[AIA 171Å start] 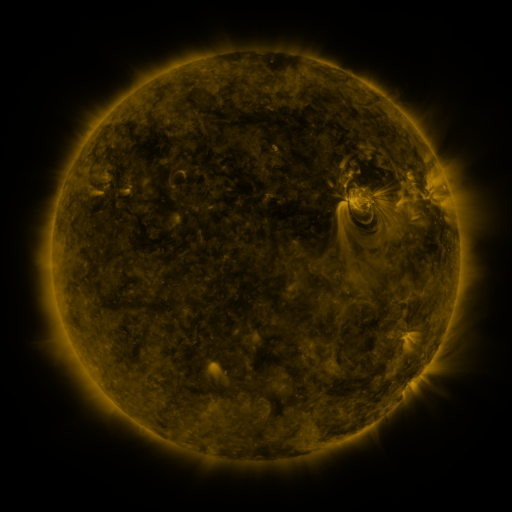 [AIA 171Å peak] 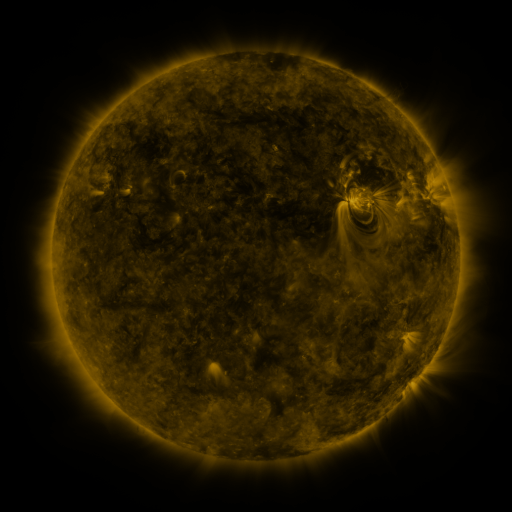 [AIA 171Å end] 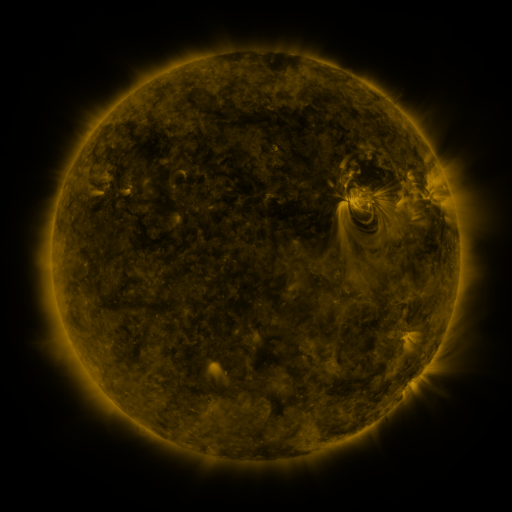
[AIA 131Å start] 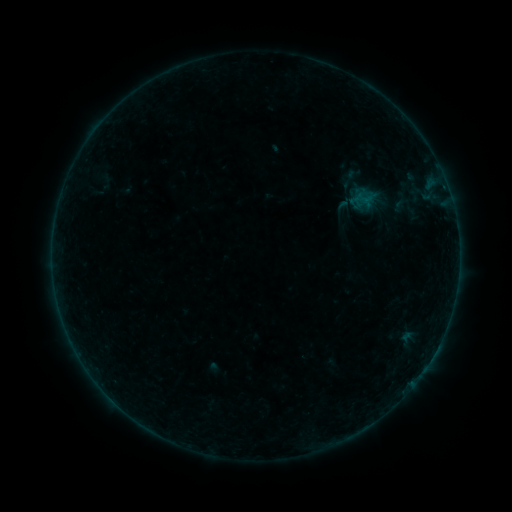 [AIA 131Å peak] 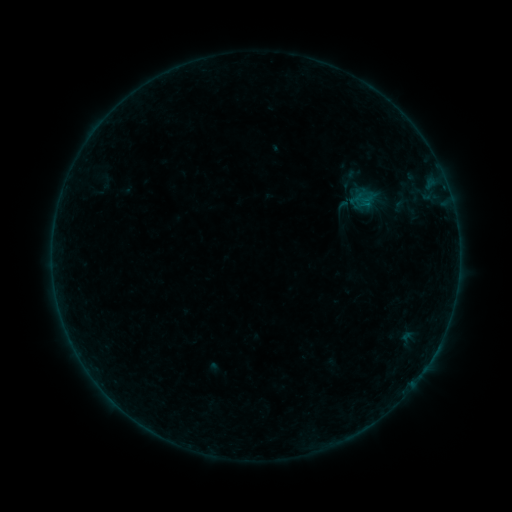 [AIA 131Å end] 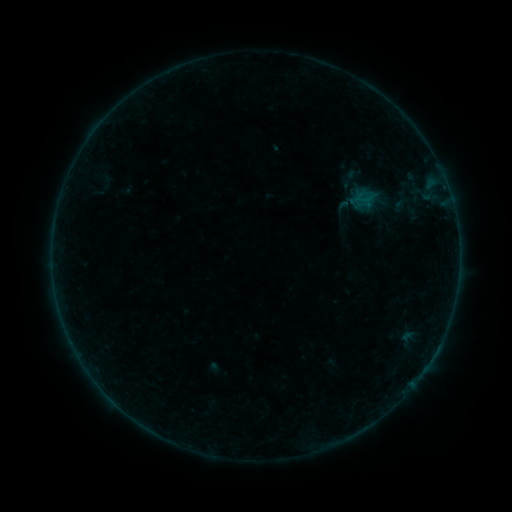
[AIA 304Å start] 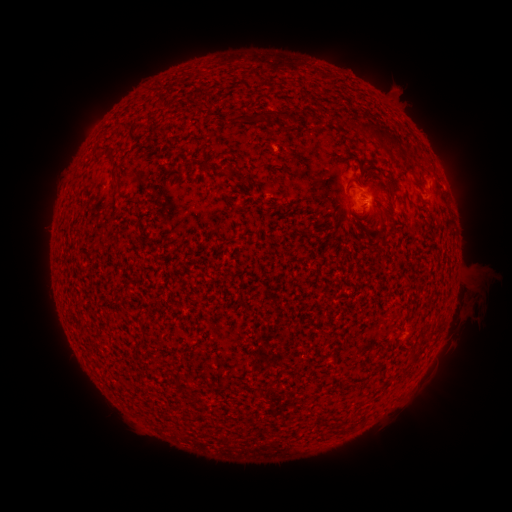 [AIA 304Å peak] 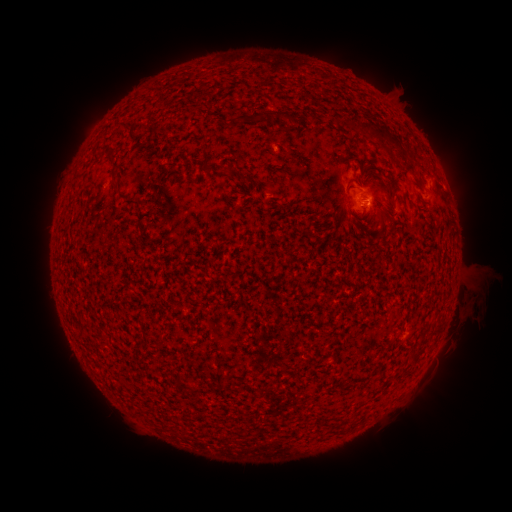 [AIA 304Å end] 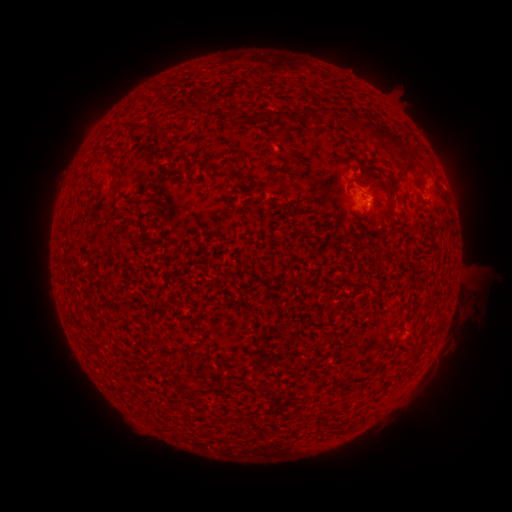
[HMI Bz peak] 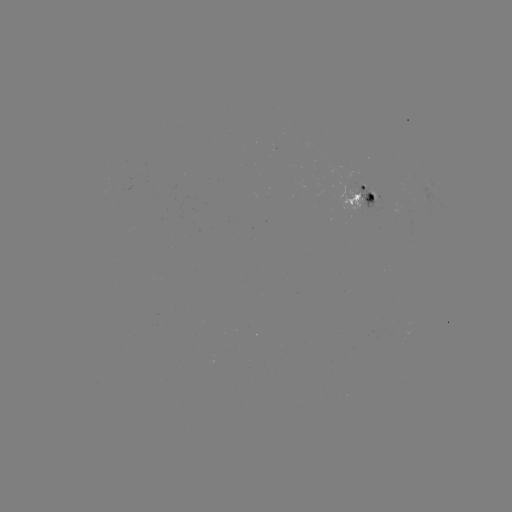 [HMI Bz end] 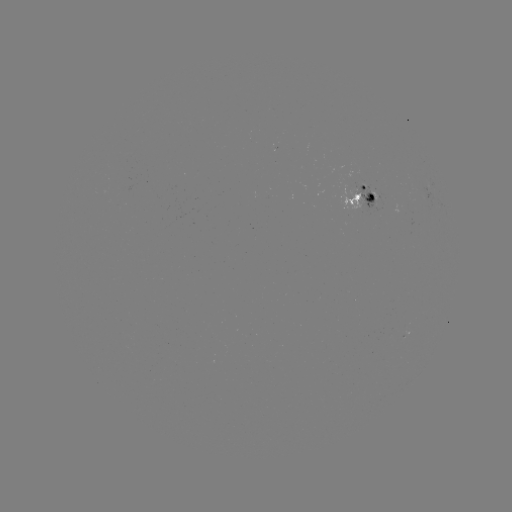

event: flare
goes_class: B2.0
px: (367, 206)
